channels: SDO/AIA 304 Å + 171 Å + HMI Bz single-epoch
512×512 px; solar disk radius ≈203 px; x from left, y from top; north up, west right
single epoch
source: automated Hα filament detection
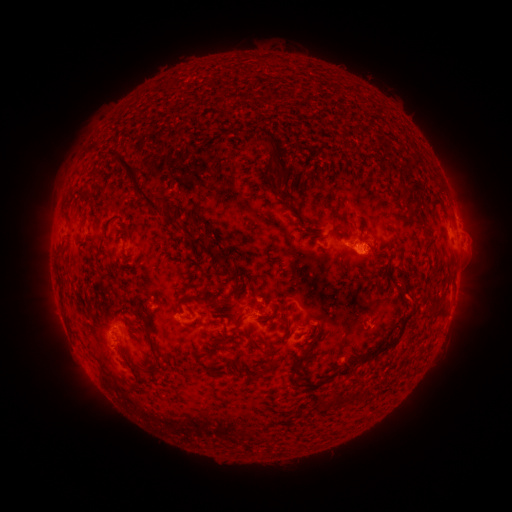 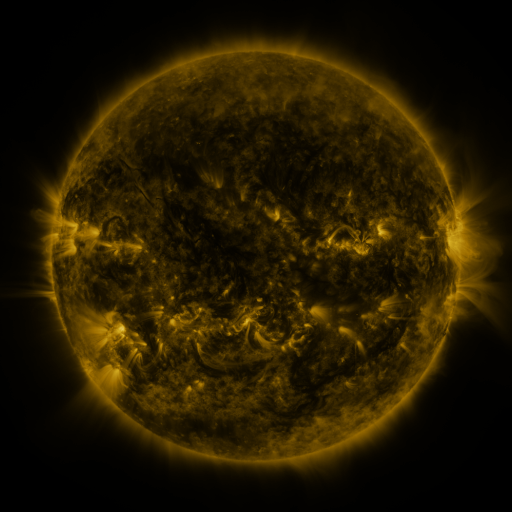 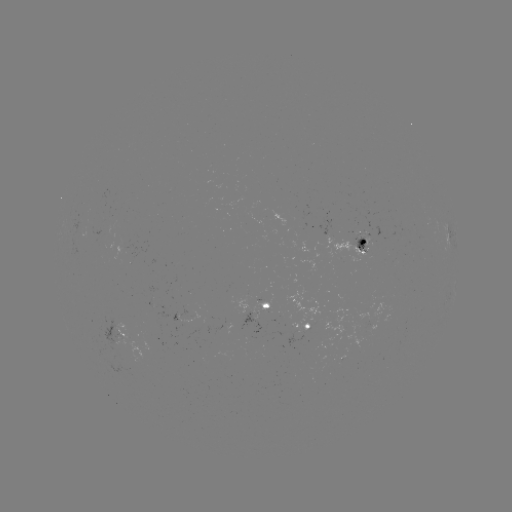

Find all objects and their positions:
filament: (251, 134, 288, 177)
filament: (112, 154, 183, 232)
filament: (88, 166, 101, 182)
filament: (269, 181, 278, 192)
filament: (276, 189, 302, 224)
filament: (408, 206, 418, 218)
filament: (333, 222, 344, 231)
filament: (120, 232, 130, 240)
filament: (207, 248, 232, 268)
filament: (232, 270, 242, 286)
filament: (401, 279, 409, 292)
filament: (182, 295, 222, 308)
filament: (337, 298, 418, 375)
filament: (279, 309, 290, 327)
filament: (142, 314, 154, 329)
filament: (198, 317, 210, 329)
filament: (232, 321, 242, 332)
filament: (309, 330, 321, 344)
filament: (152, 343, 158, 360)
filament: (266, 346, 277, 359)
filament: (291, 352, 310, 385)
filament: (207, 367, 217, 377)
filament: (252, 372, 261, 381)
filament: (304, 381, 316, 390)
filament: (321, 393, 345, 406)
